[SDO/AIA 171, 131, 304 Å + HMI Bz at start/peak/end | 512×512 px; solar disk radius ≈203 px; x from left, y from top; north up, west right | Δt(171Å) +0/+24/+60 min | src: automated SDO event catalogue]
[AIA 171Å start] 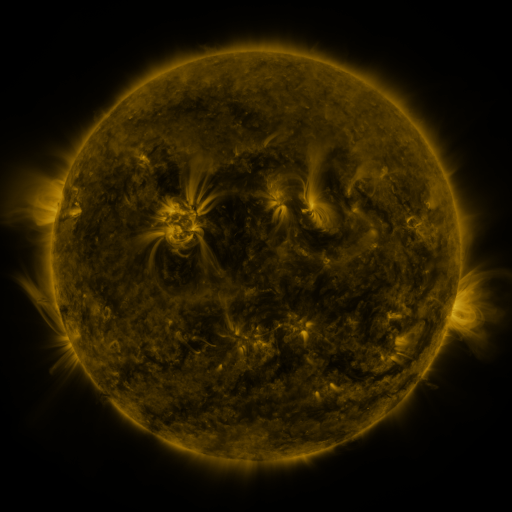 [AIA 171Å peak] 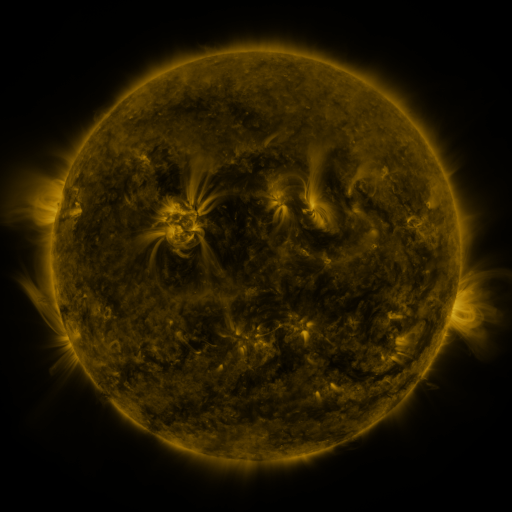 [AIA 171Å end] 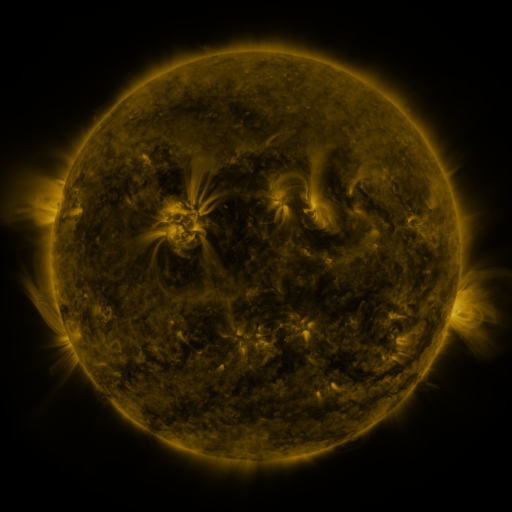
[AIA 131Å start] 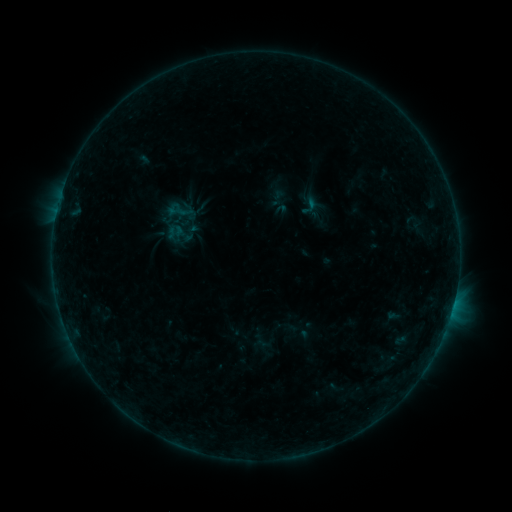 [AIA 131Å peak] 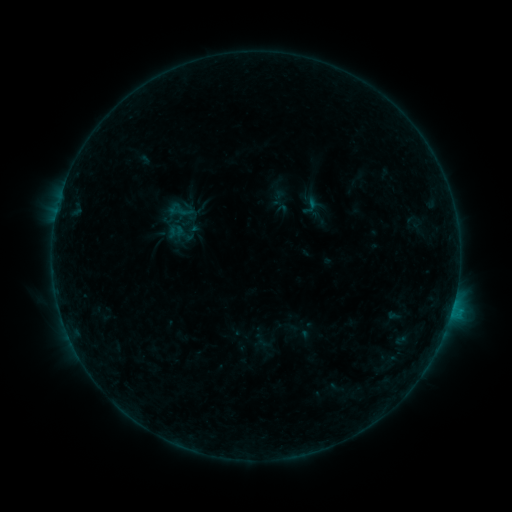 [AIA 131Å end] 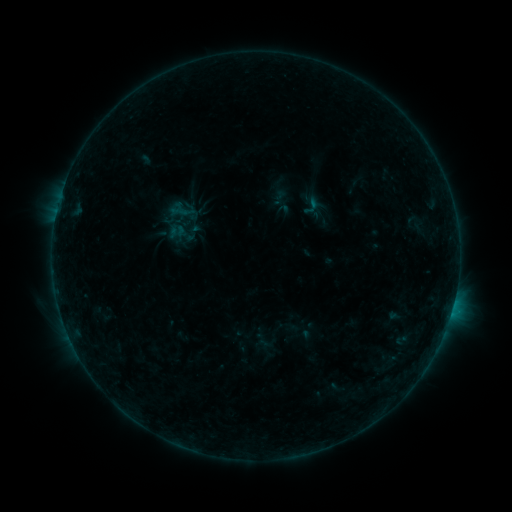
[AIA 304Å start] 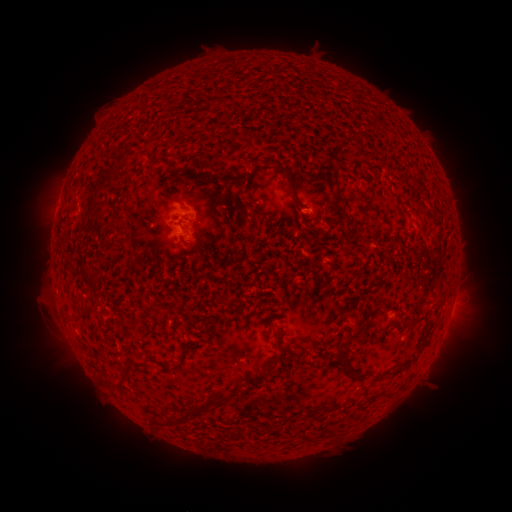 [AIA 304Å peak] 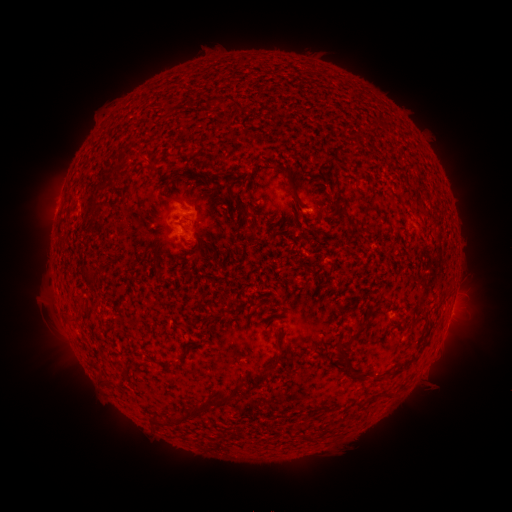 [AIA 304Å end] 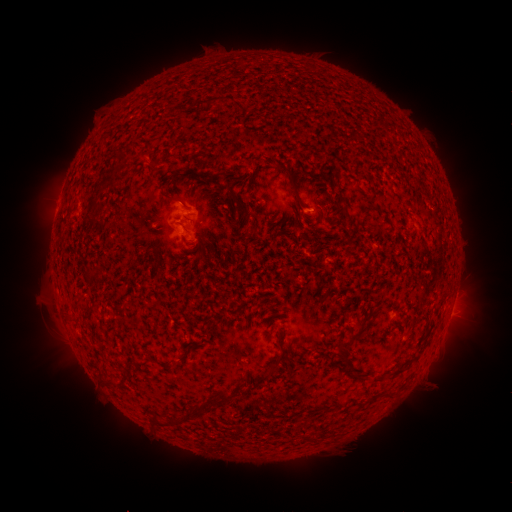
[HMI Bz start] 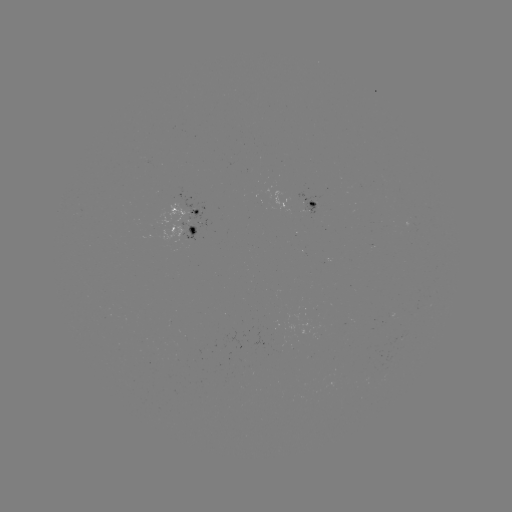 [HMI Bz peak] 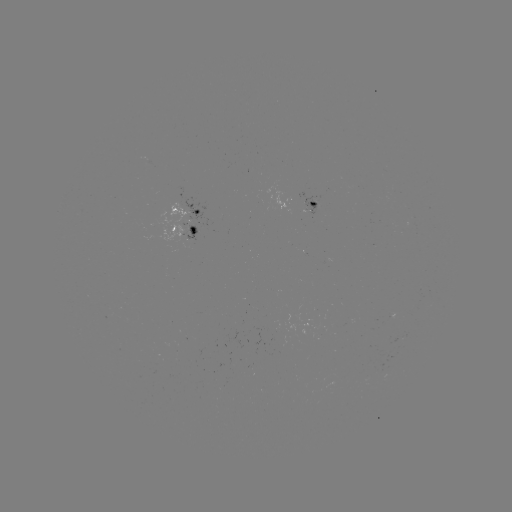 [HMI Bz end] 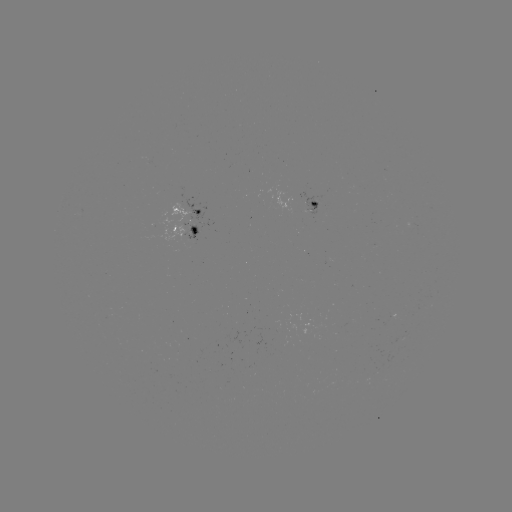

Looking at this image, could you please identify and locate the B4.6 flare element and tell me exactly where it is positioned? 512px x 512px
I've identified B4.6 flare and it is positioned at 452,308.